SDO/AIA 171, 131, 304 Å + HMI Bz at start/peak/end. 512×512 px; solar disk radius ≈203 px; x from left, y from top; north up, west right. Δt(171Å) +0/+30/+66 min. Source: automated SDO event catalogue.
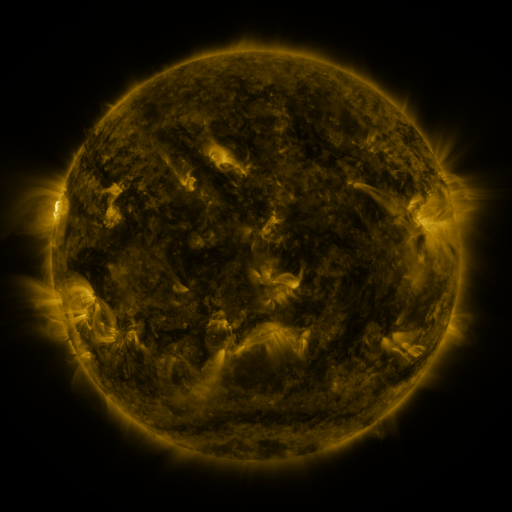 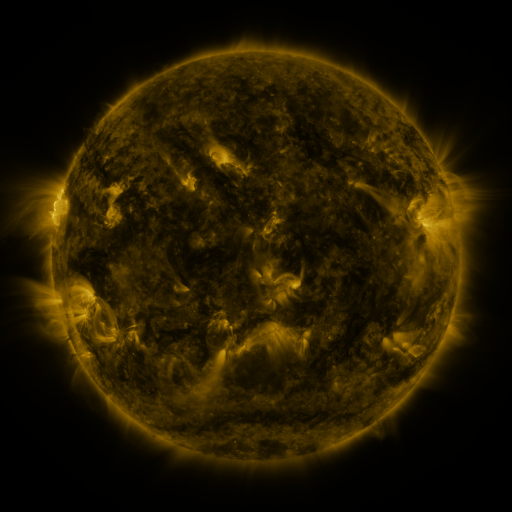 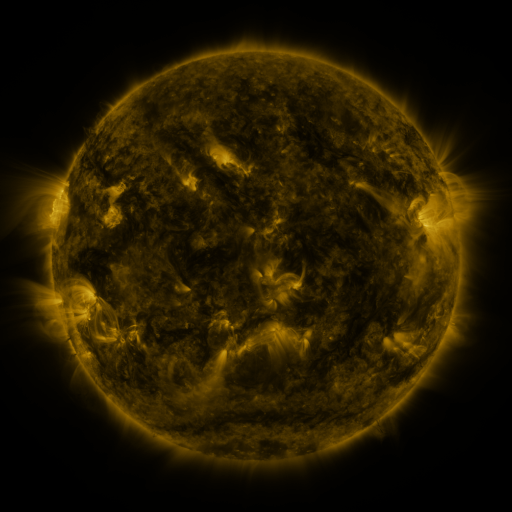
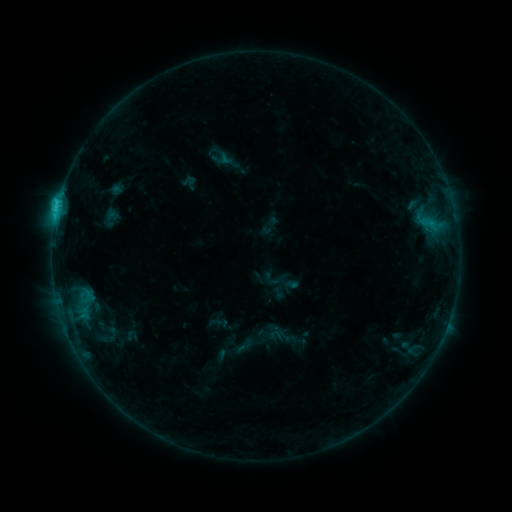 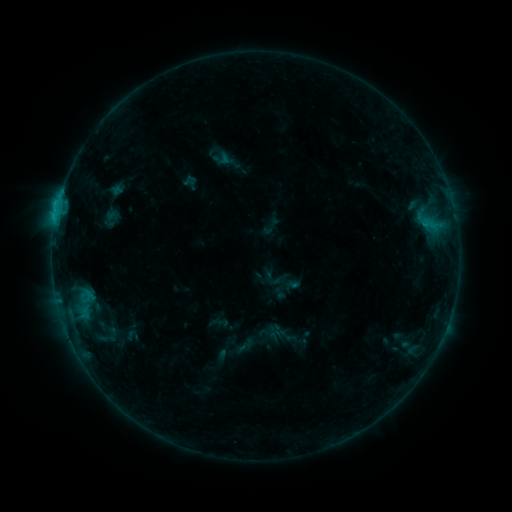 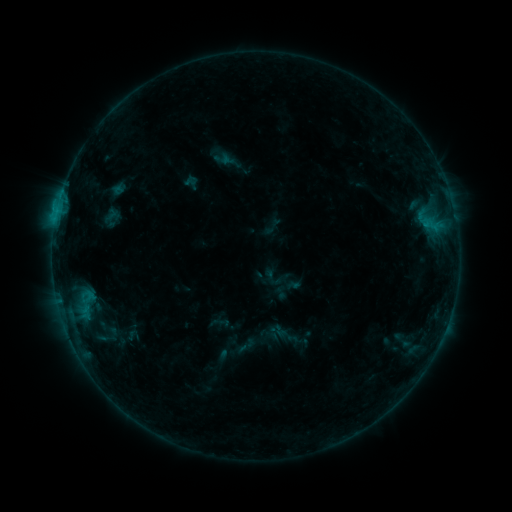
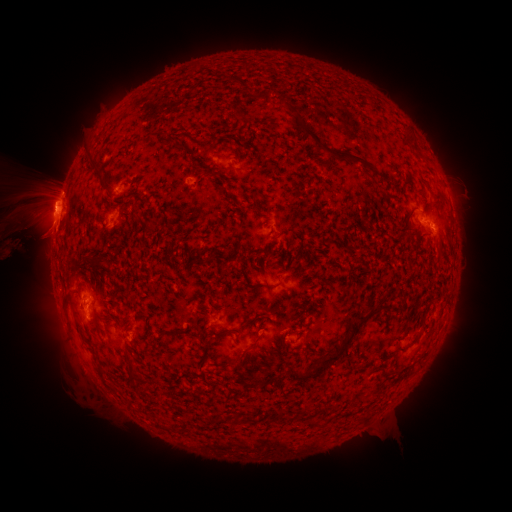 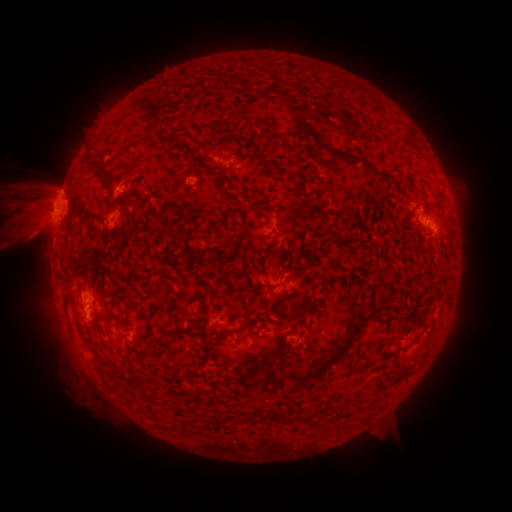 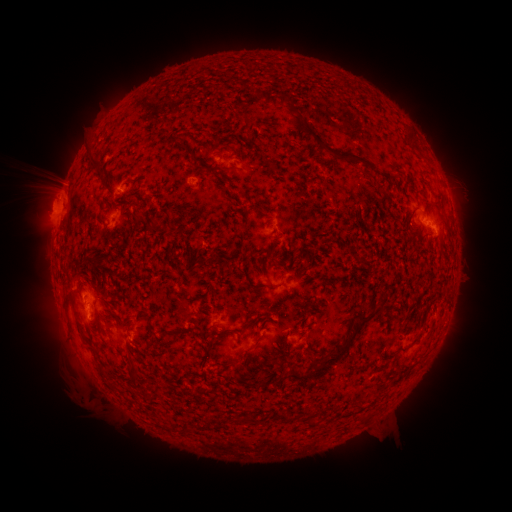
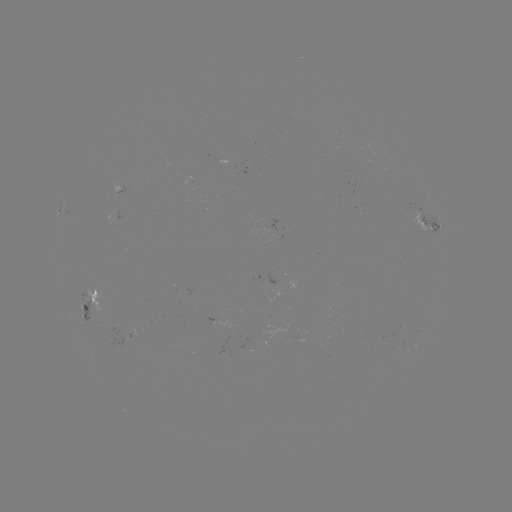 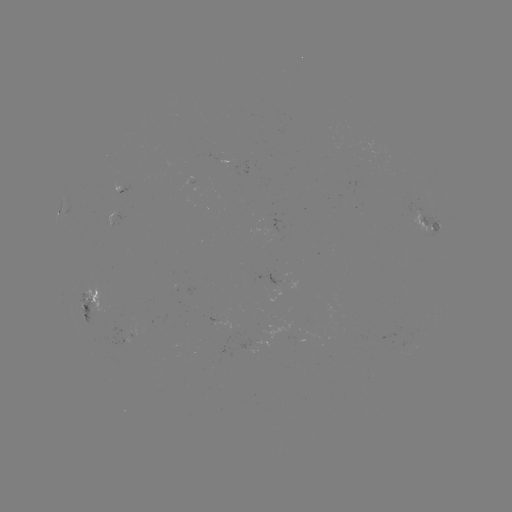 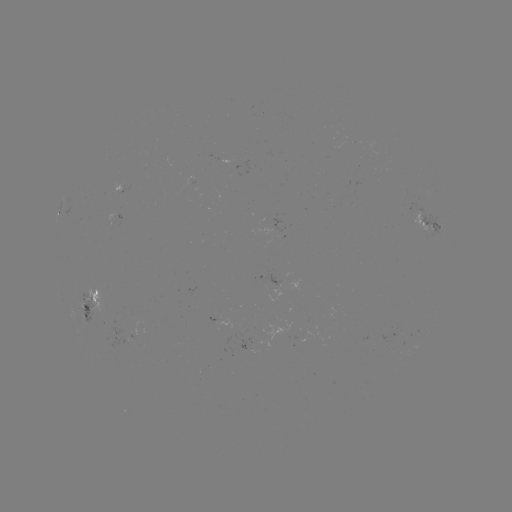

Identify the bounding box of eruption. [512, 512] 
[0, 165, 80, 286].